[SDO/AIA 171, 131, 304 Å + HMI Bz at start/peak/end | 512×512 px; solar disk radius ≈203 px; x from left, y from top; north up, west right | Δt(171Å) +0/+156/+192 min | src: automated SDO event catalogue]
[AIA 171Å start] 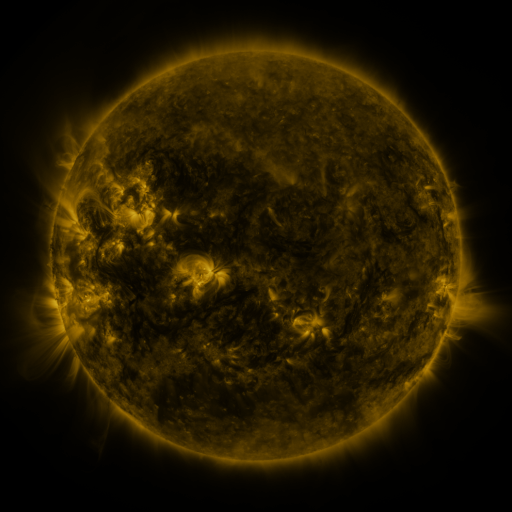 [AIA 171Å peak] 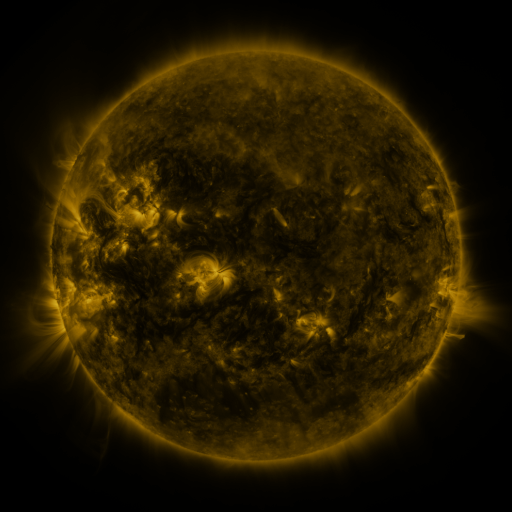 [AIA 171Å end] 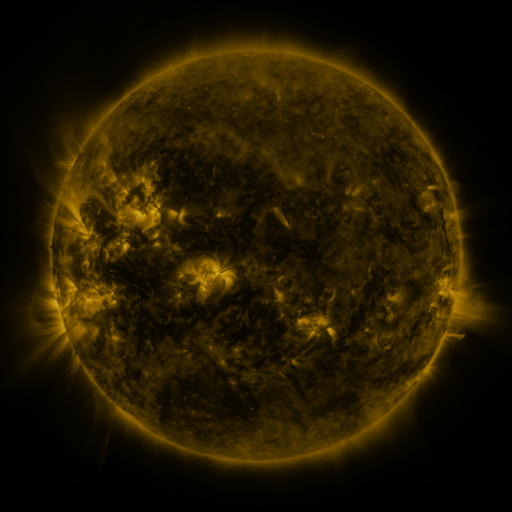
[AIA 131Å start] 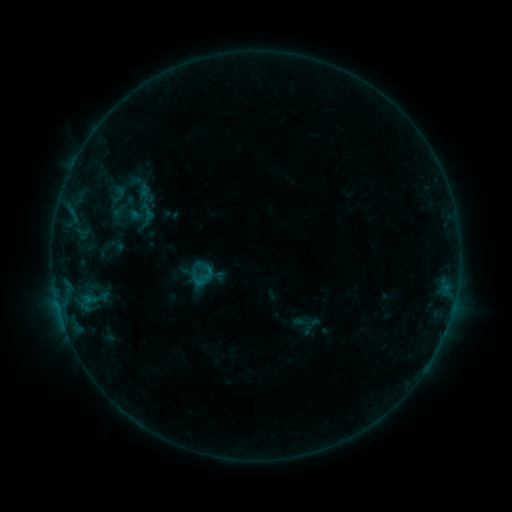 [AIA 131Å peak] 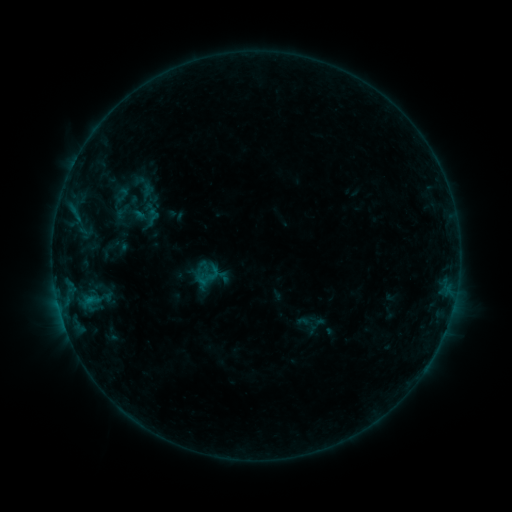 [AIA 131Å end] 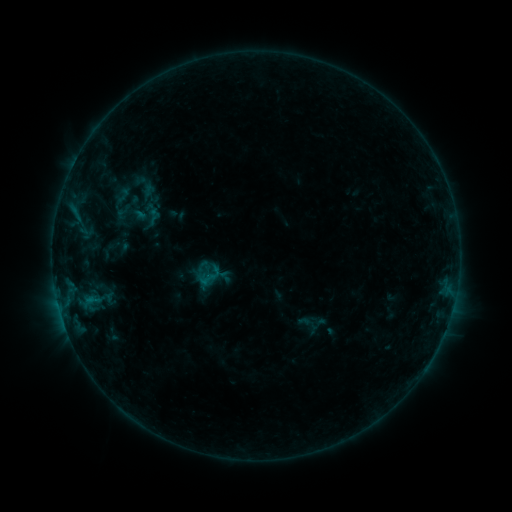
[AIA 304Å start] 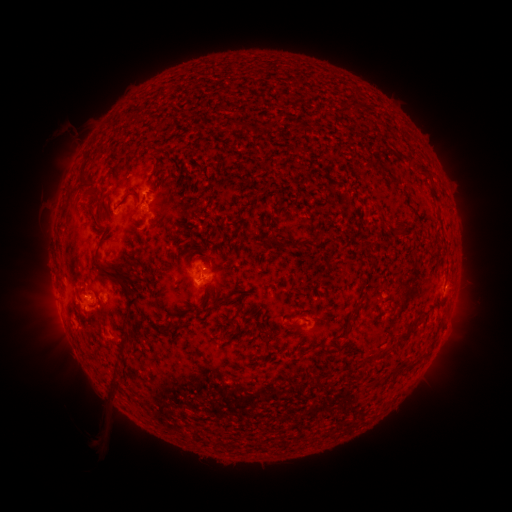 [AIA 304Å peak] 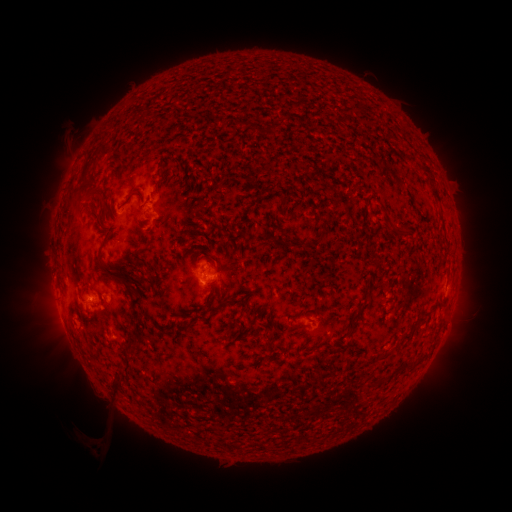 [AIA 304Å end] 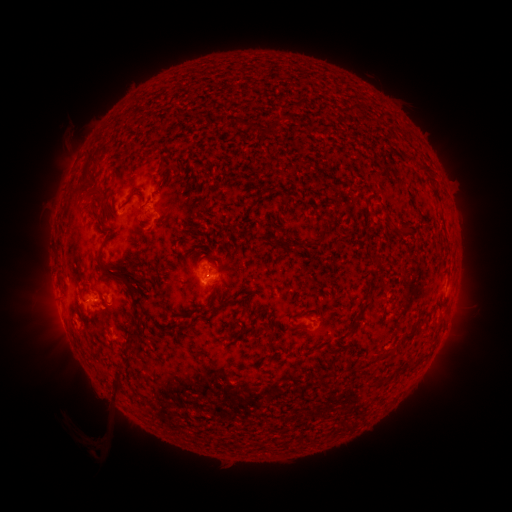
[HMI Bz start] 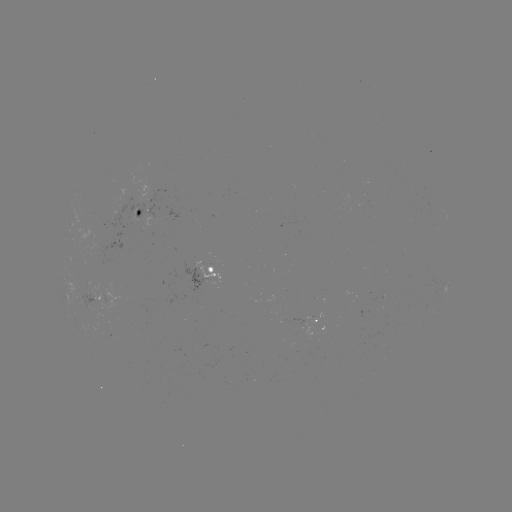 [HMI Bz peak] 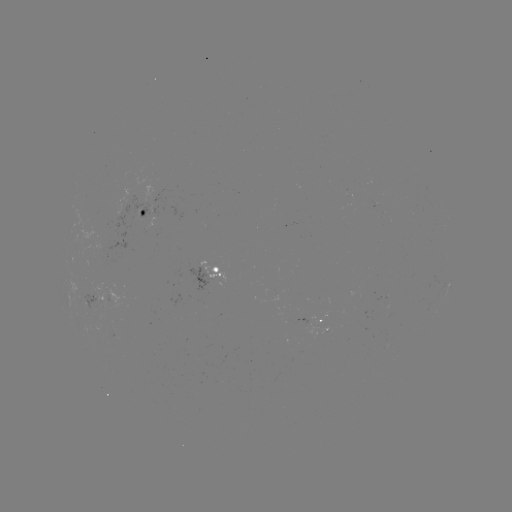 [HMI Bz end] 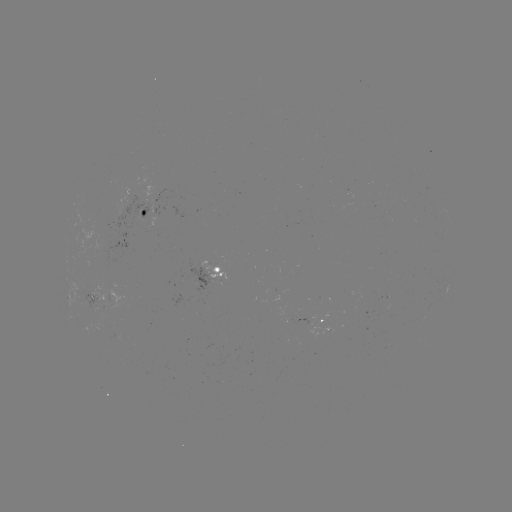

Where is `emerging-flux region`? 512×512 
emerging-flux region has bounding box [79, 223, 127, 258].